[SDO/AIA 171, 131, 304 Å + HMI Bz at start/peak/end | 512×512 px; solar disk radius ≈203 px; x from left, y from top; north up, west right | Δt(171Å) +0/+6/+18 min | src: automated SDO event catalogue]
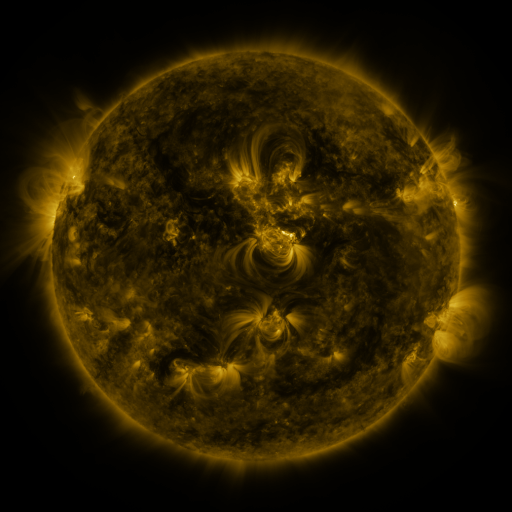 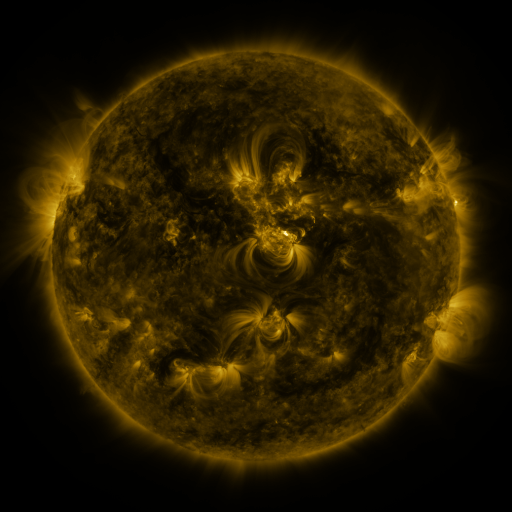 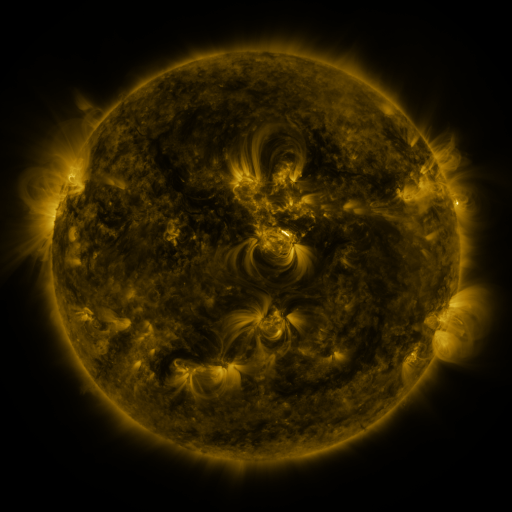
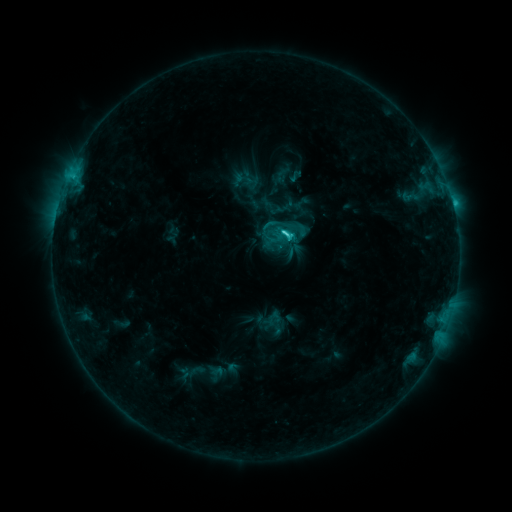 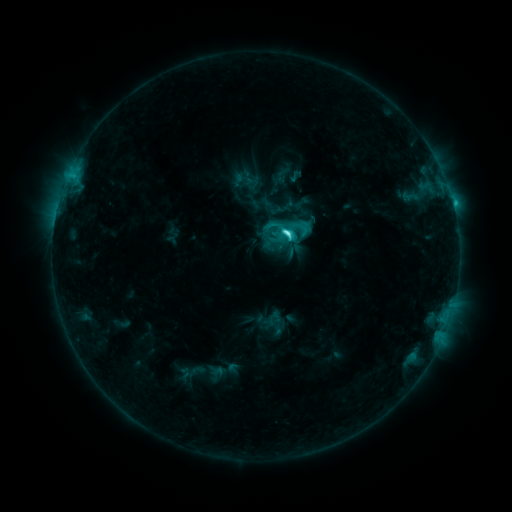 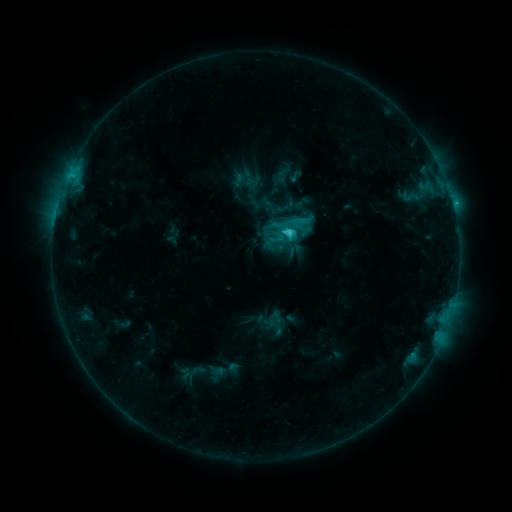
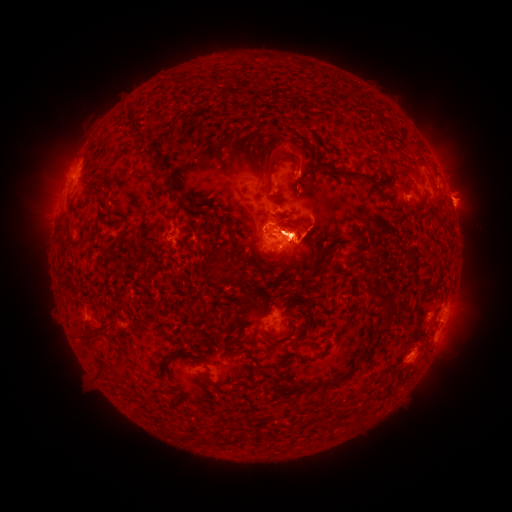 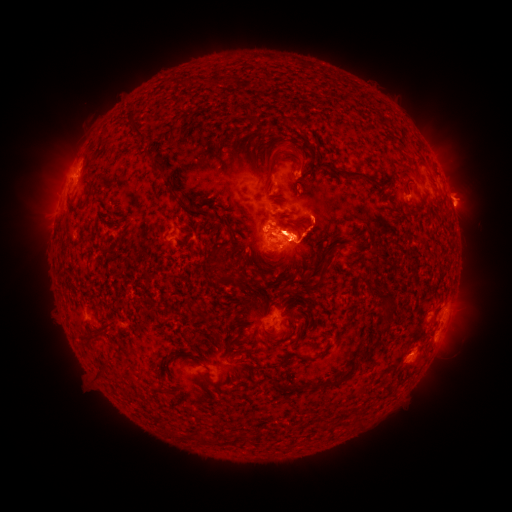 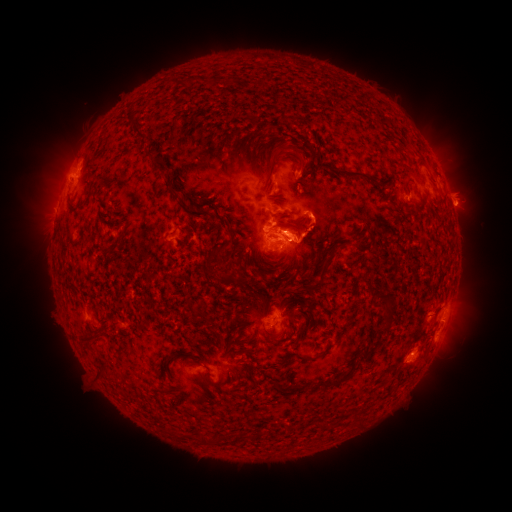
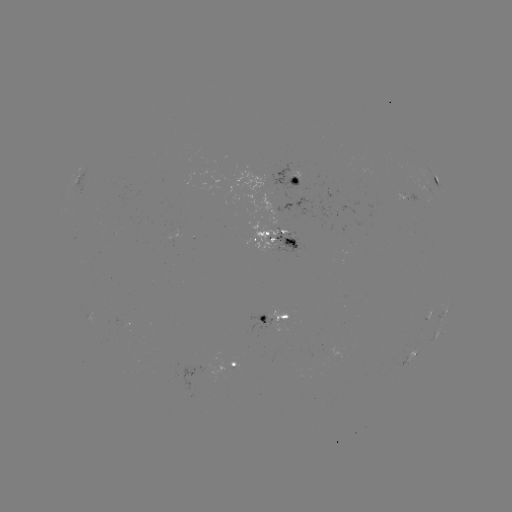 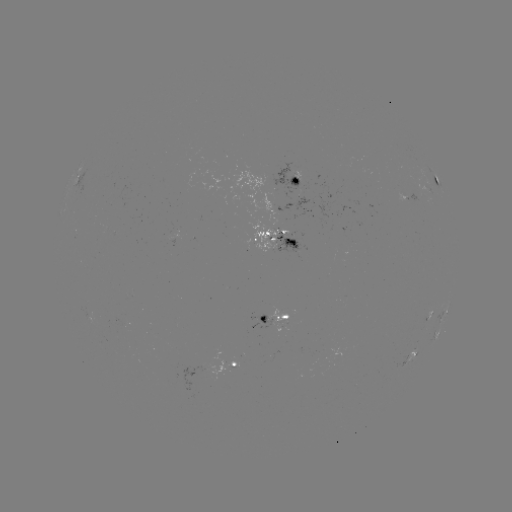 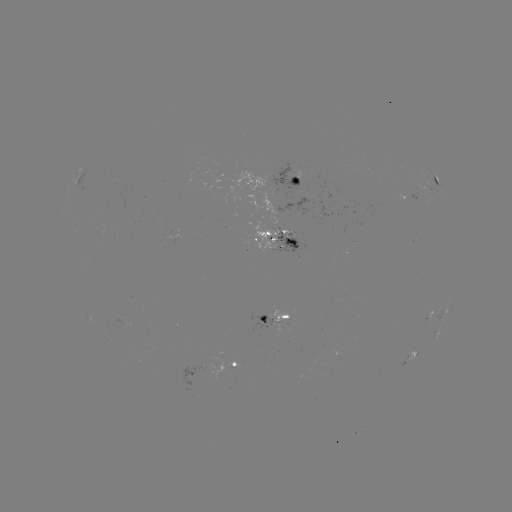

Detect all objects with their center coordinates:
C6.3 flare: (287, 233)
